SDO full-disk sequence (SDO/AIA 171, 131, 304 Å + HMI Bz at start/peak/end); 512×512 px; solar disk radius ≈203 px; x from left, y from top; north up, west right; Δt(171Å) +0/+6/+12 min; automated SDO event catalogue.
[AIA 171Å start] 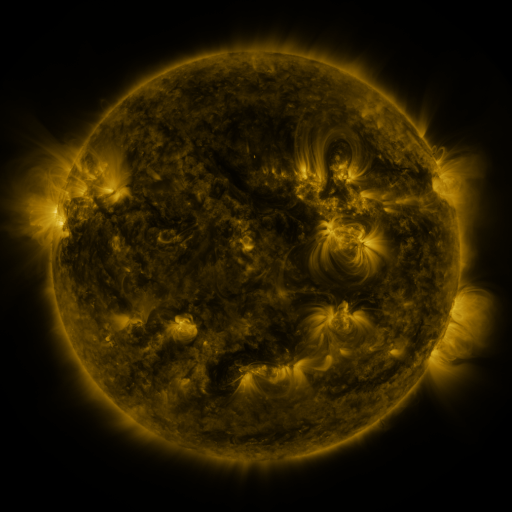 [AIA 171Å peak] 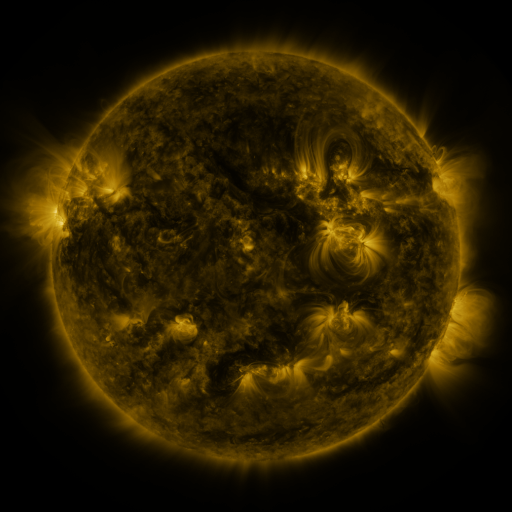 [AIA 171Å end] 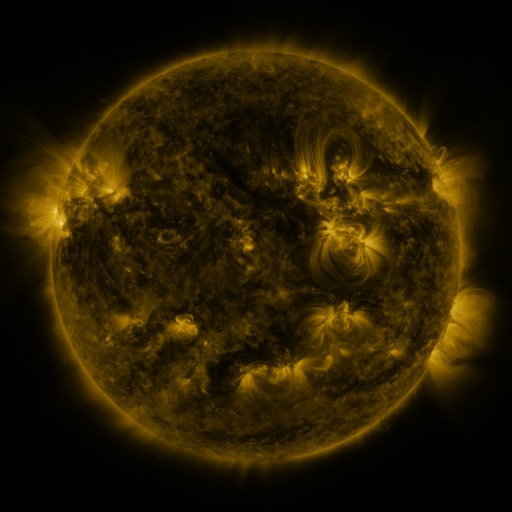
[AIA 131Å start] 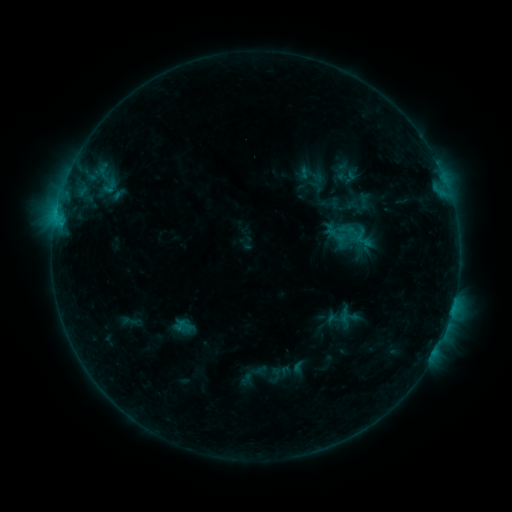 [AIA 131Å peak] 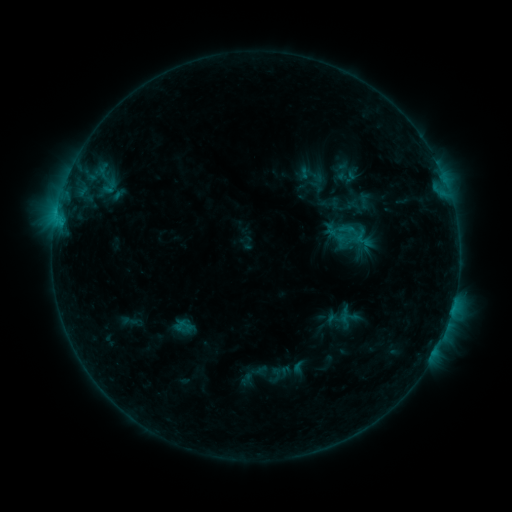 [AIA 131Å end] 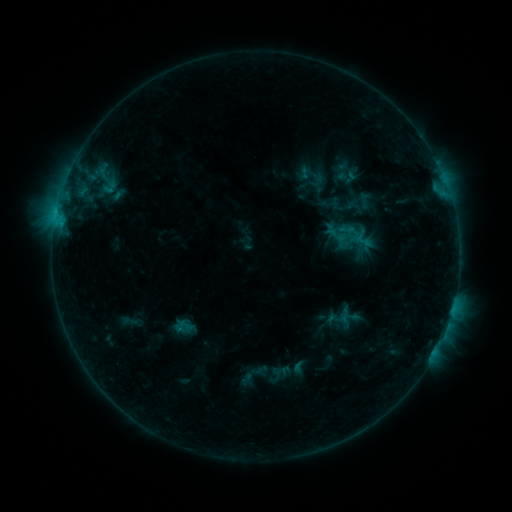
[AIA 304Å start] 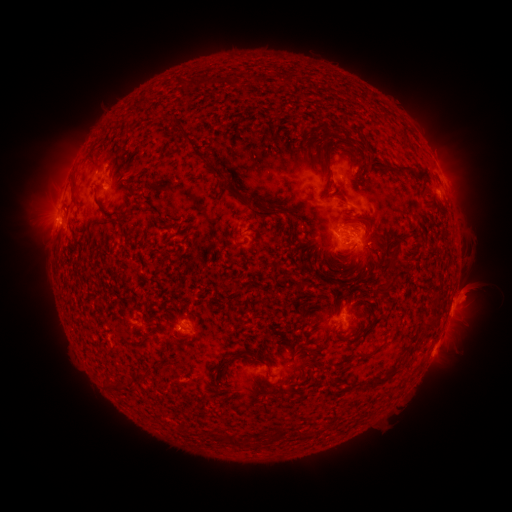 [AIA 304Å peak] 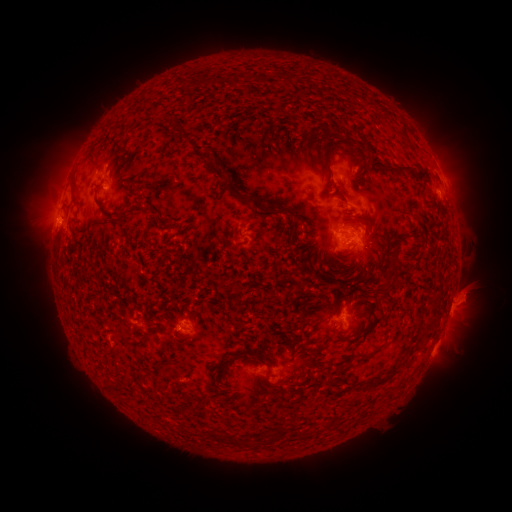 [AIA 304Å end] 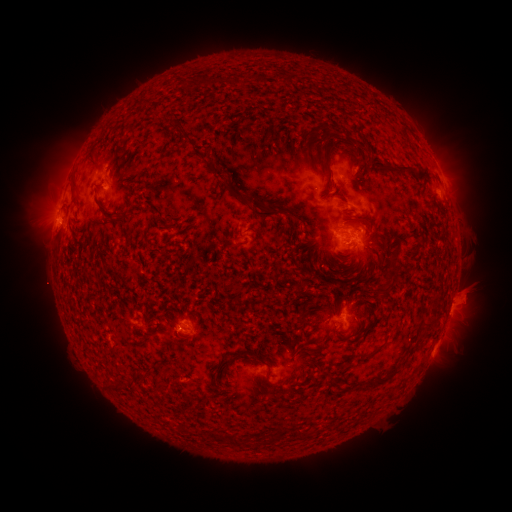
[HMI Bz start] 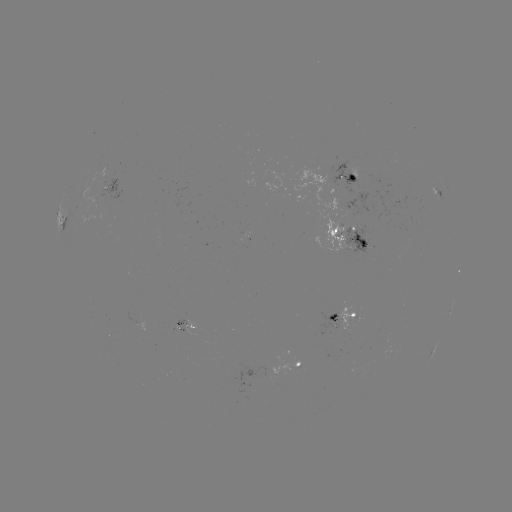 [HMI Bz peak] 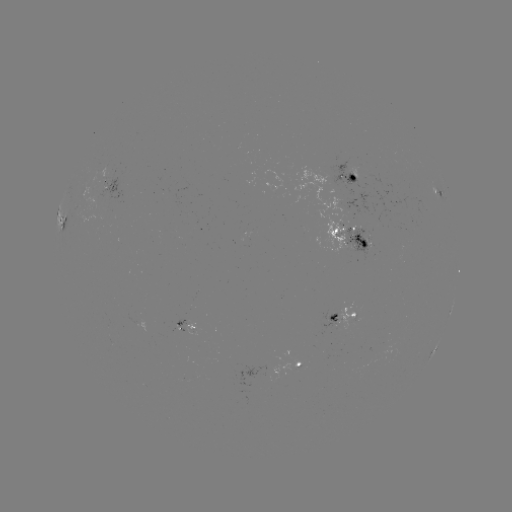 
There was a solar eruption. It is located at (471, 293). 